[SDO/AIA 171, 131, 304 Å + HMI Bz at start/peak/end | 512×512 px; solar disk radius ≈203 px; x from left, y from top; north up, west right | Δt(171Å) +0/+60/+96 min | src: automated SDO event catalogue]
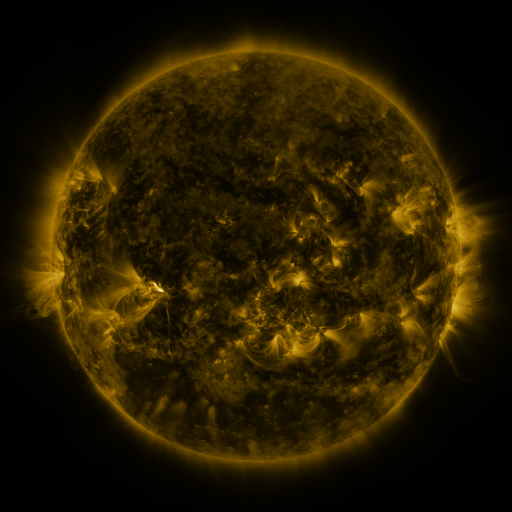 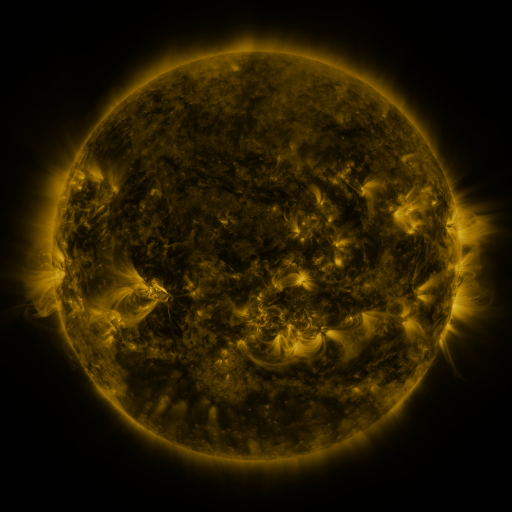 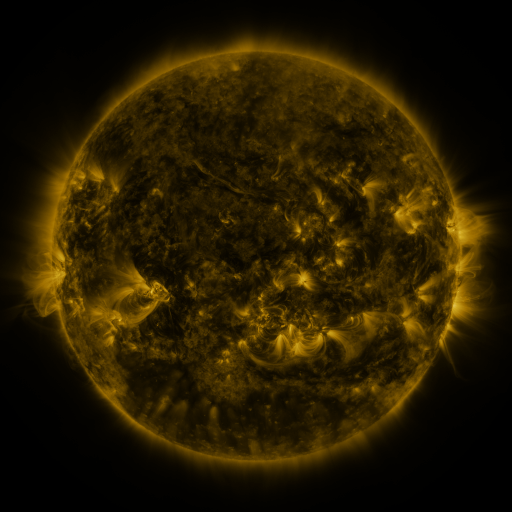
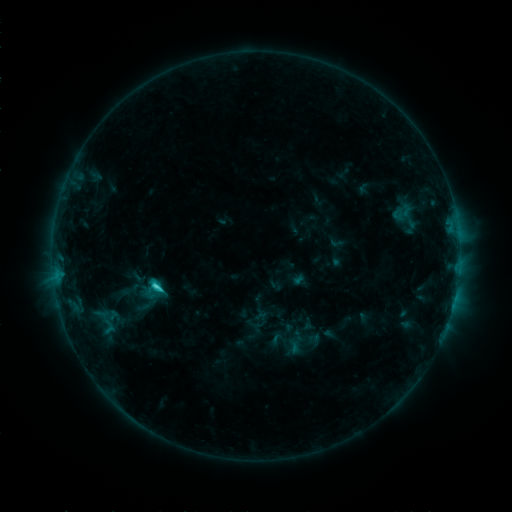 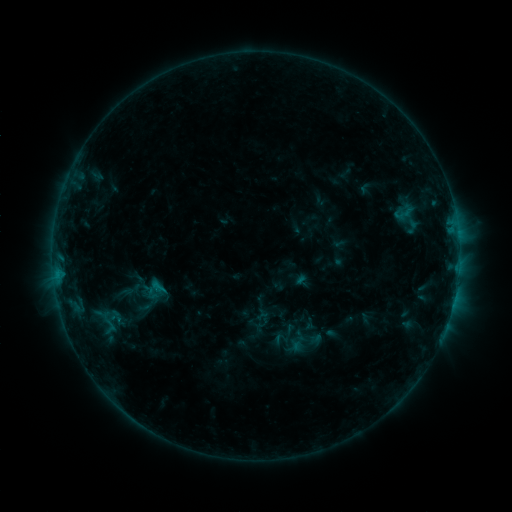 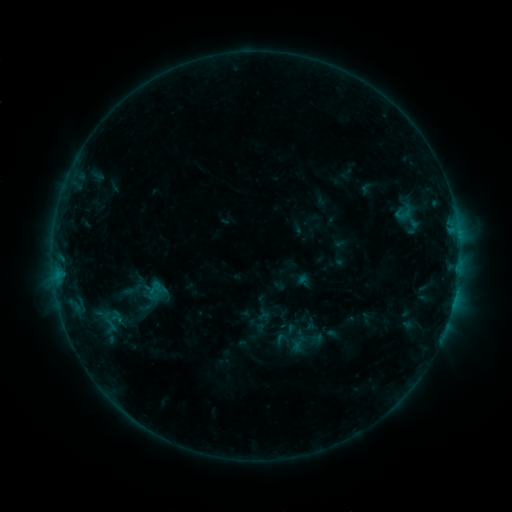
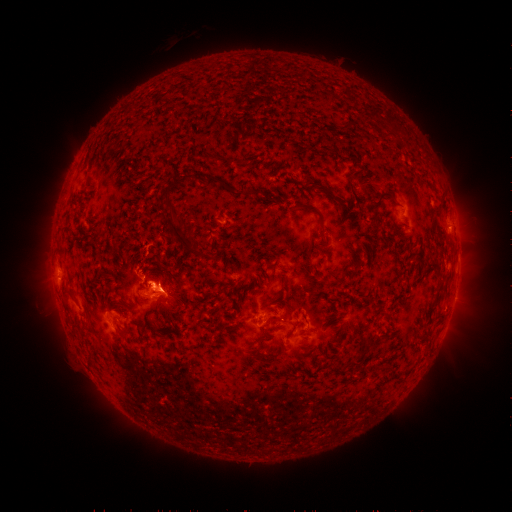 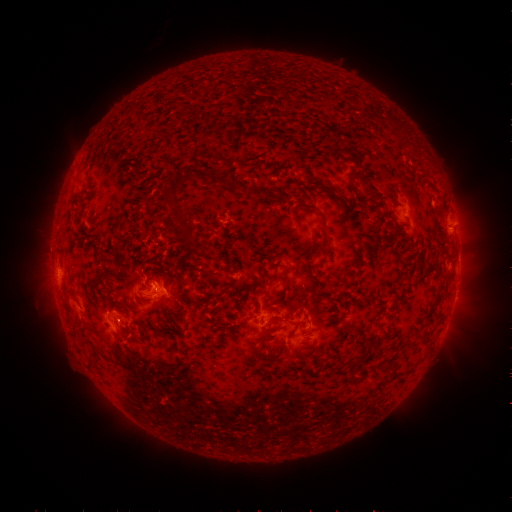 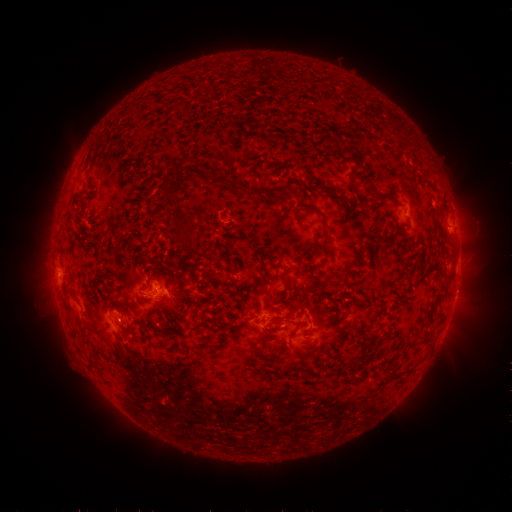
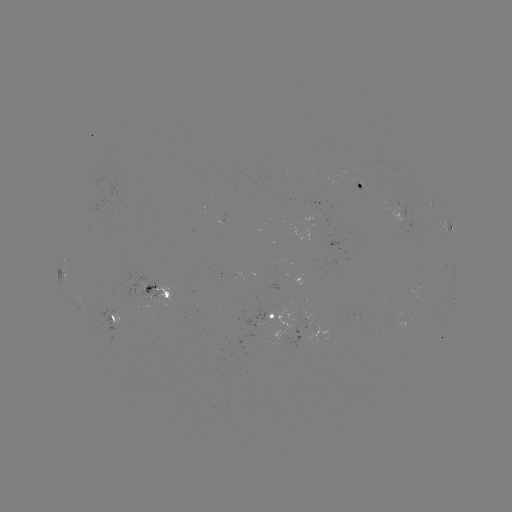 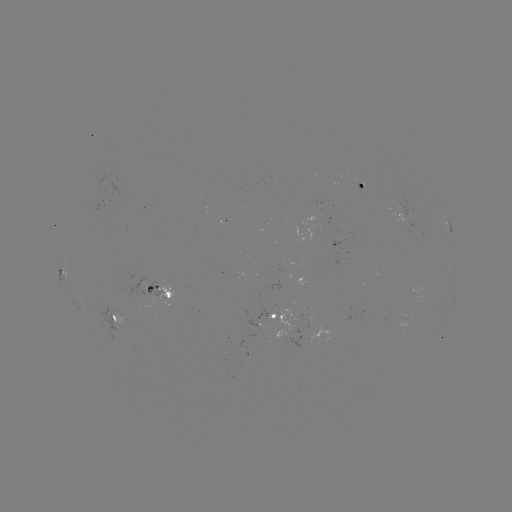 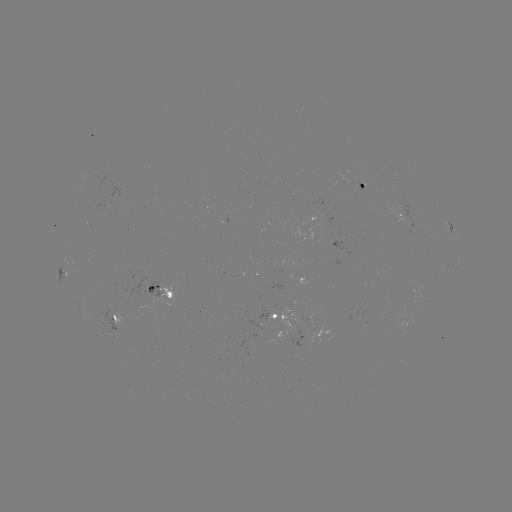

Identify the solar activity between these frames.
emerging-flux region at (285, 331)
